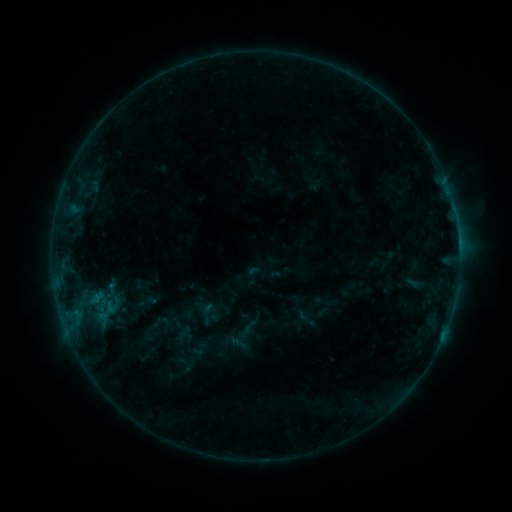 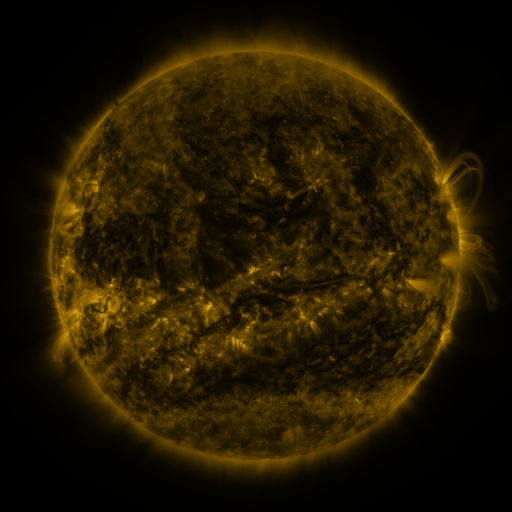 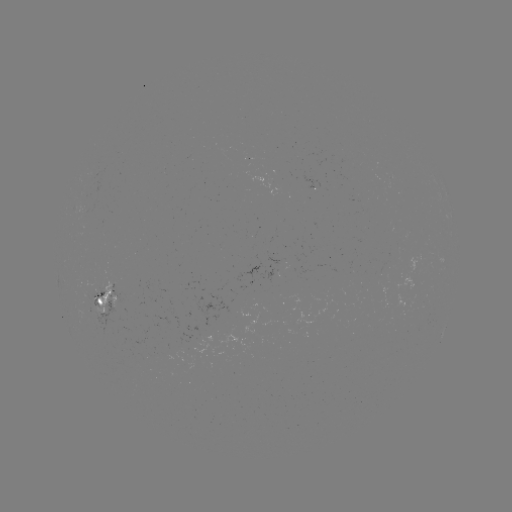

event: sigmoid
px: (113, 291)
